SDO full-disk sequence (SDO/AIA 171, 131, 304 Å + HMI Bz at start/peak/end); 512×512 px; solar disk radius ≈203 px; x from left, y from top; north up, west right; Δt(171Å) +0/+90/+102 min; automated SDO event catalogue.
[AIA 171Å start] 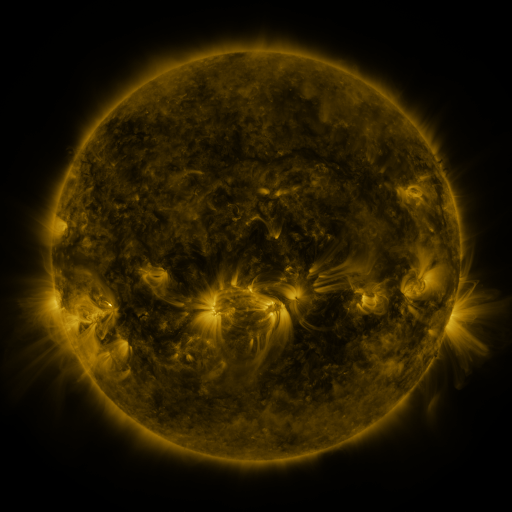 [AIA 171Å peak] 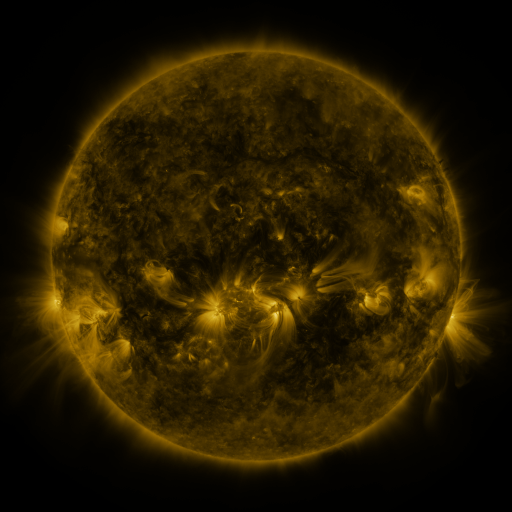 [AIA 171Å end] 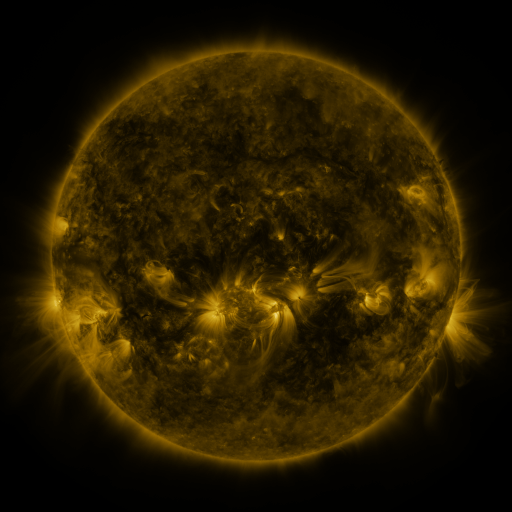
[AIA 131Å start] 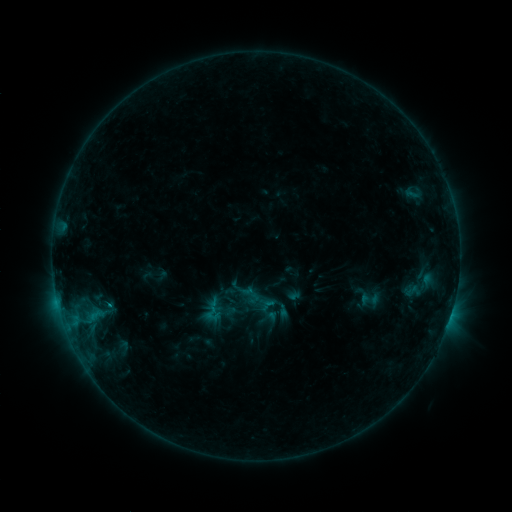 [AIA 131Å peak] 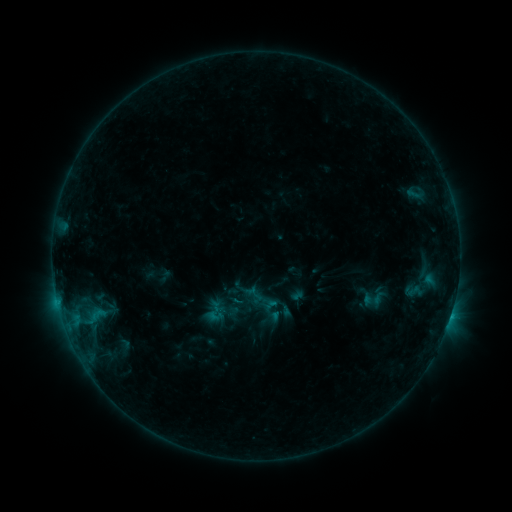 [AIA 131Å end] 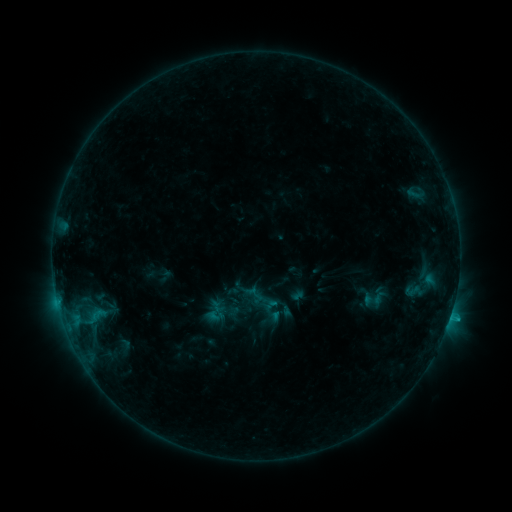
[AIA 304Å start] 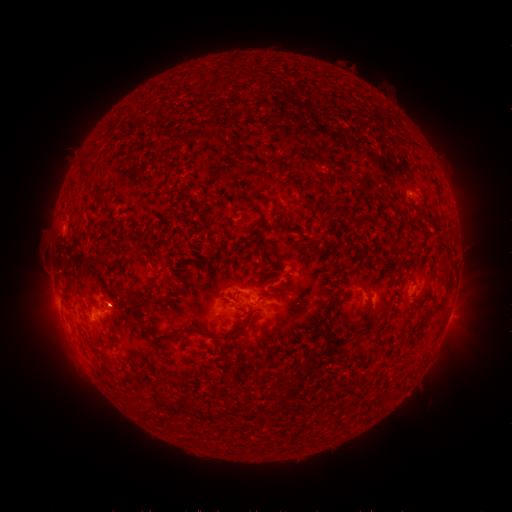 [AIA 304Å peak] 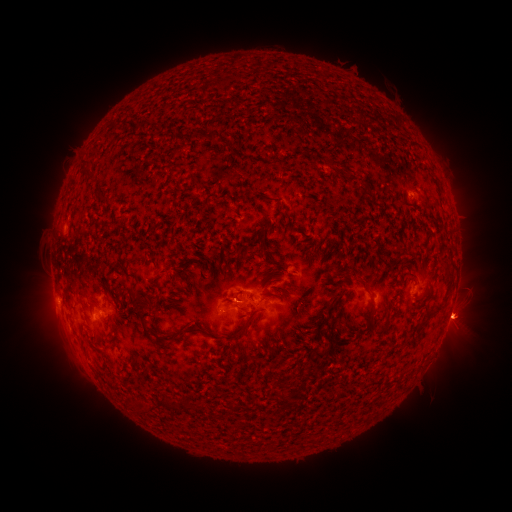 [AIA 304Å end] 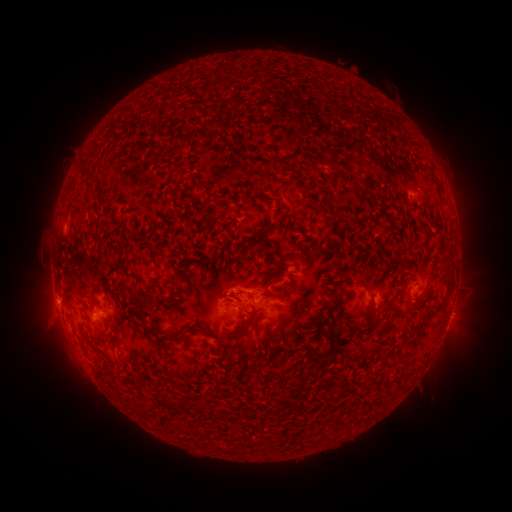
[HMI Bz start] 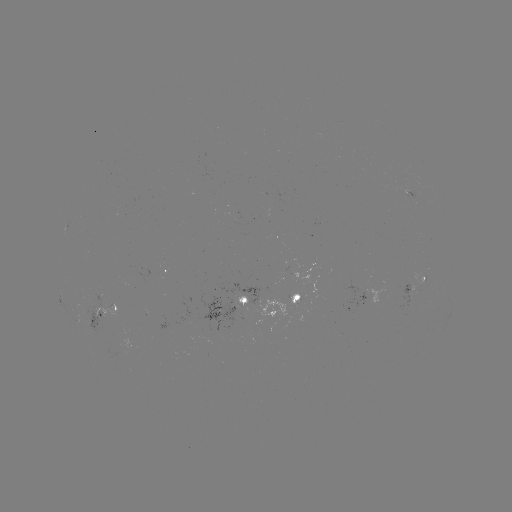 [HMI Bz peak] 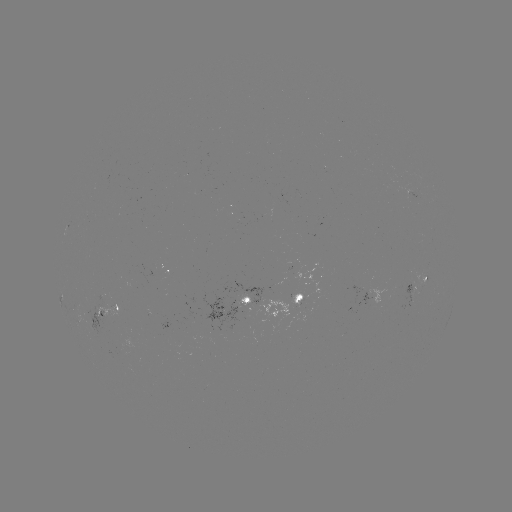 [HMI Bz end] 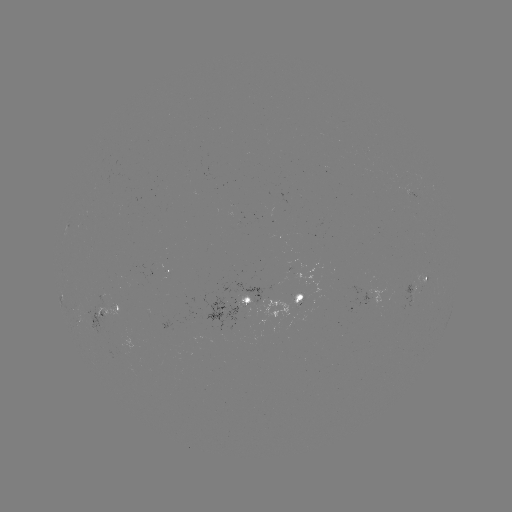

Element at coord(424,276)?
emerging-flux region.